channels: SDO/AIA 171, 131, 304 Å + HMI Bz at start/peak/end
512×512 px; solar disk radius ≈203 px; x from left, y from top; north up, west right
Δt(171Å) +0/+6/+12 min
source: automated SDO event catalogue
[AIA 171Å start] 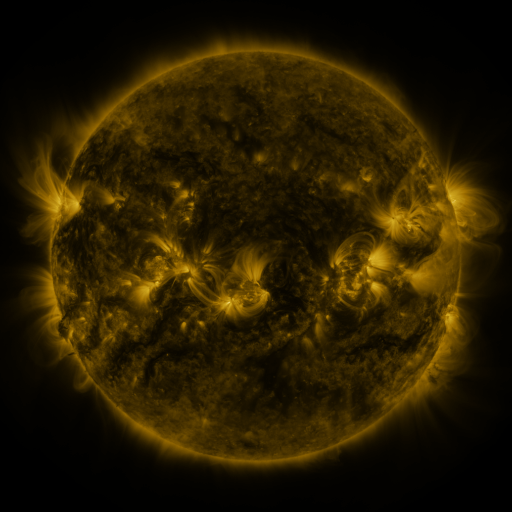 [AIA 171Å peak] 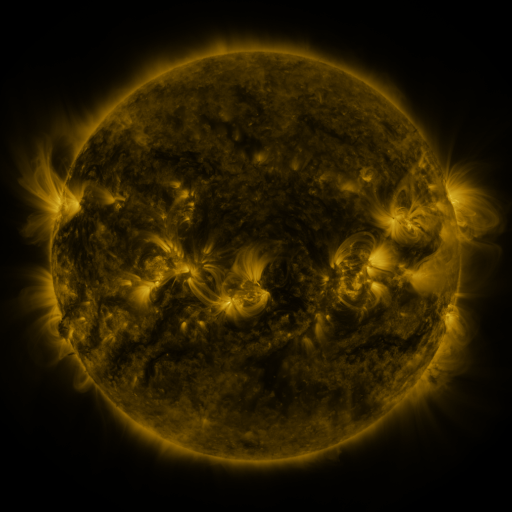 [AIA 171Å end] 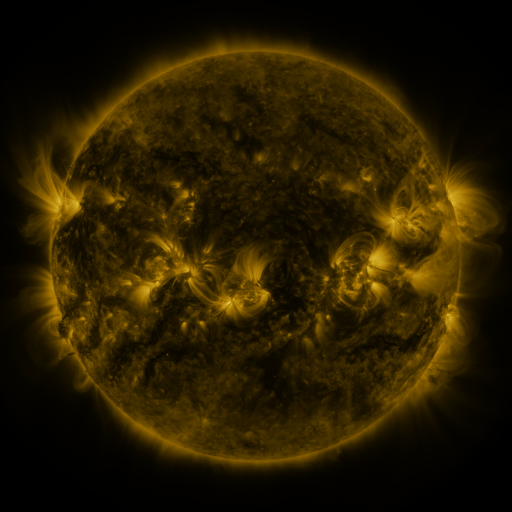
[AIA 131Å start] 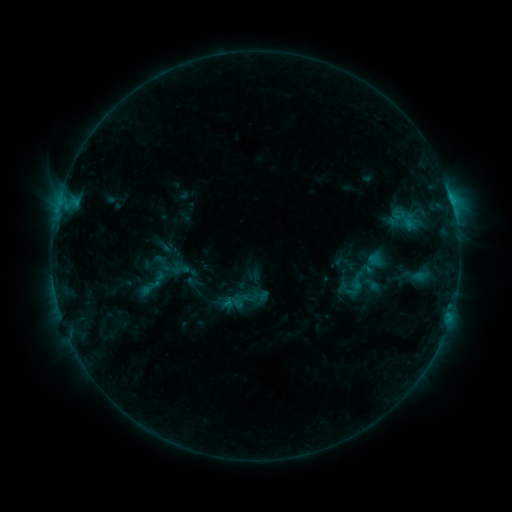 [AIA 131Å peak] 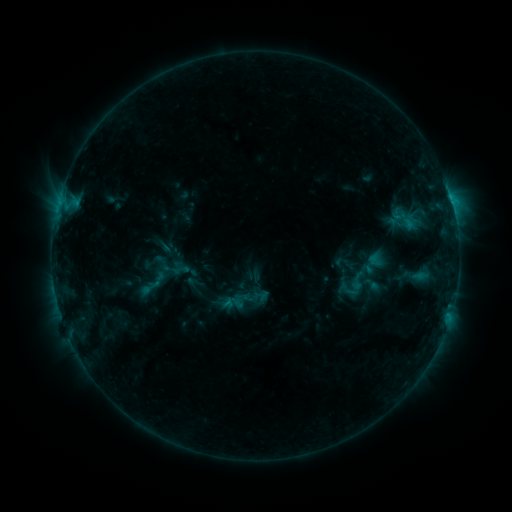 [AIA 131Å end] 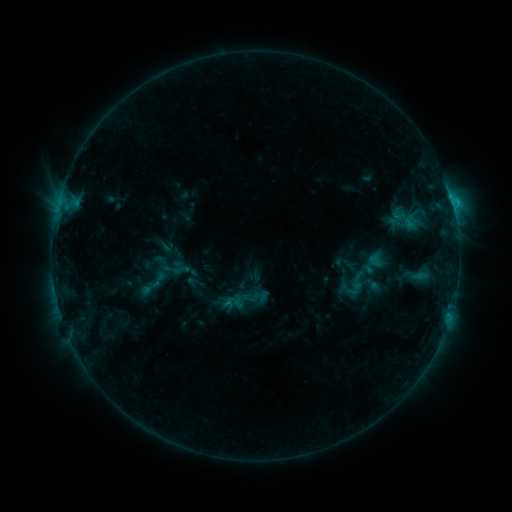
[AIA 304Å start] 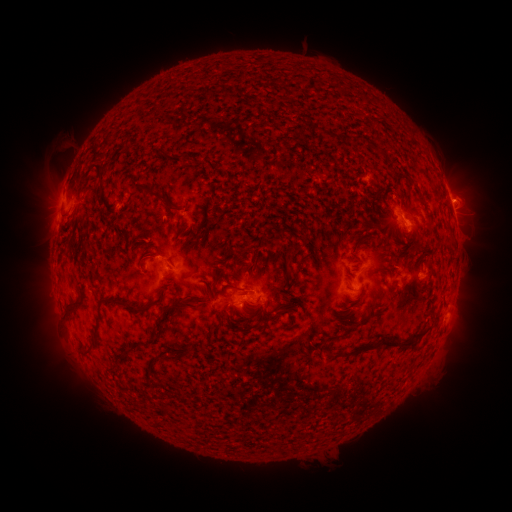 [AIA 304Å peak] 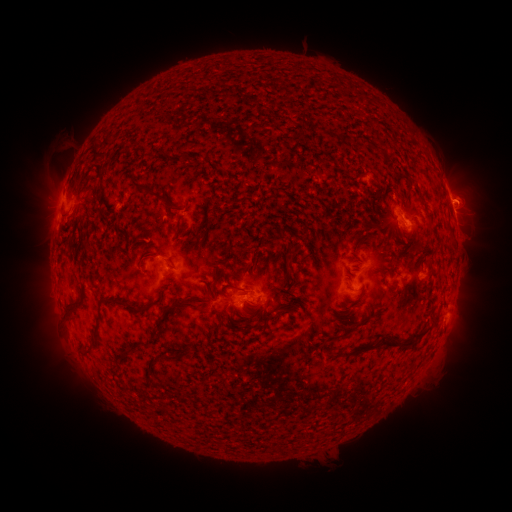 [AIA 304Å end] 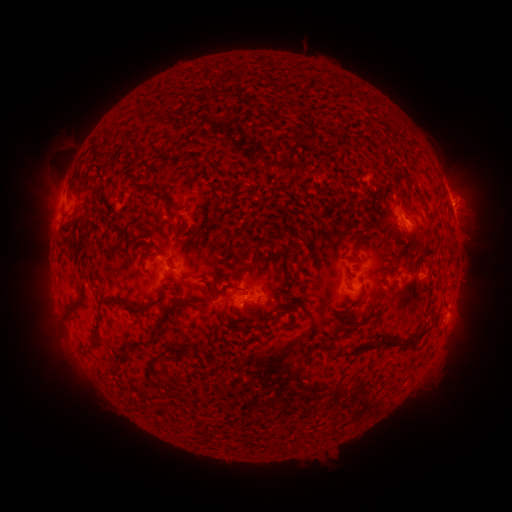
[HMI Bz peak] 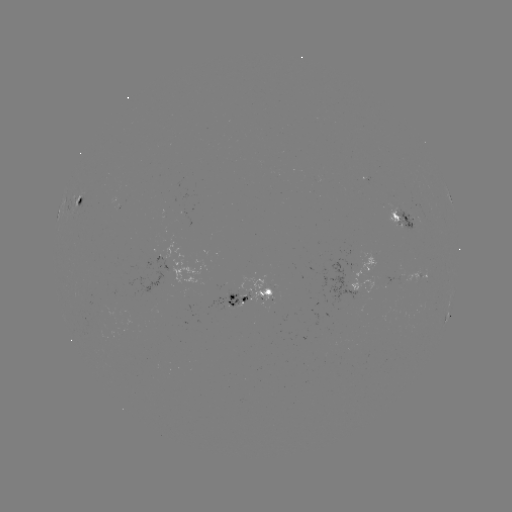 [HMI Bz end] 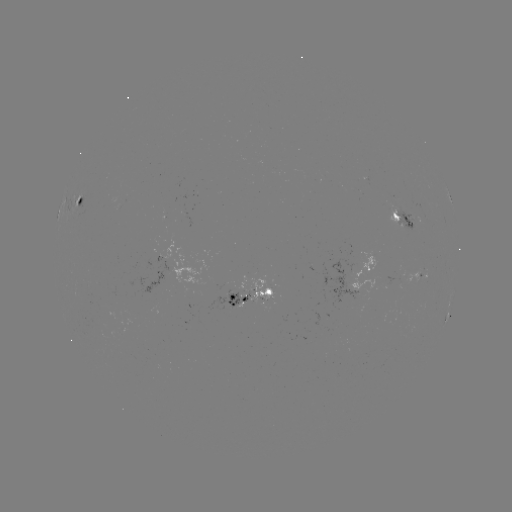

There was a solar eruption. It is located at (466, 197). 